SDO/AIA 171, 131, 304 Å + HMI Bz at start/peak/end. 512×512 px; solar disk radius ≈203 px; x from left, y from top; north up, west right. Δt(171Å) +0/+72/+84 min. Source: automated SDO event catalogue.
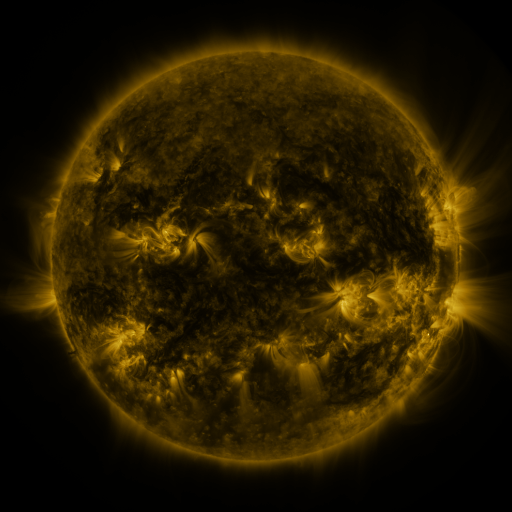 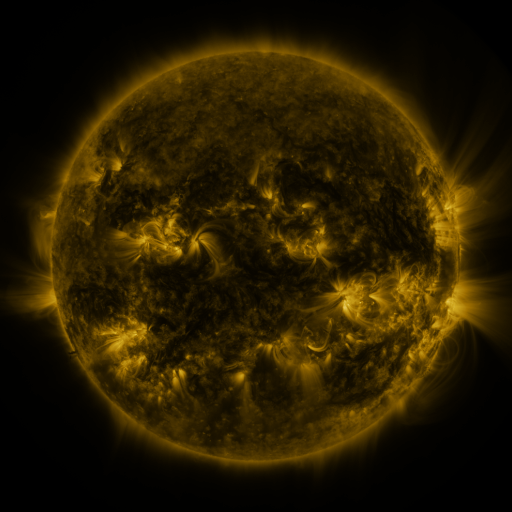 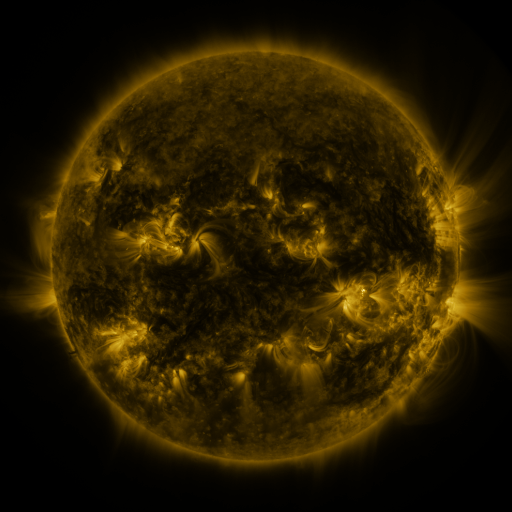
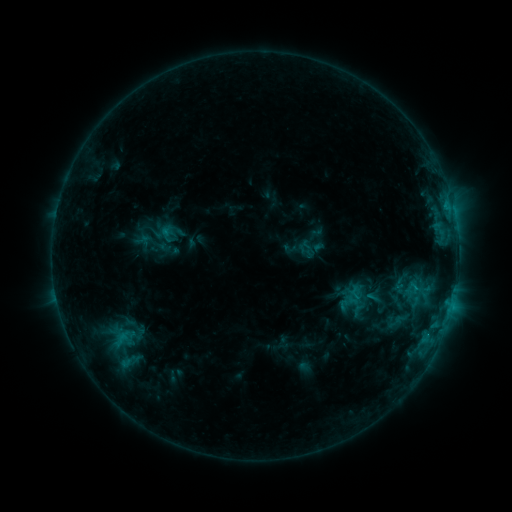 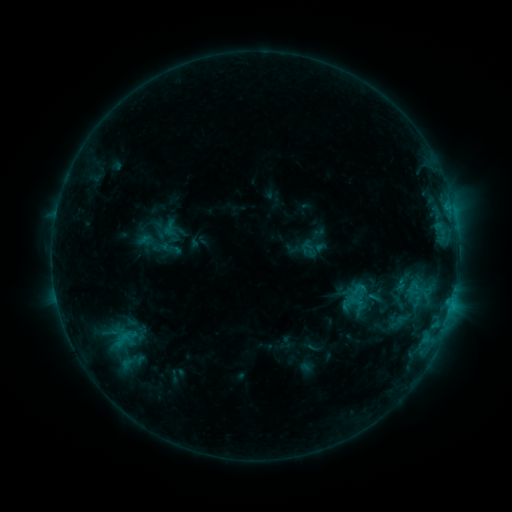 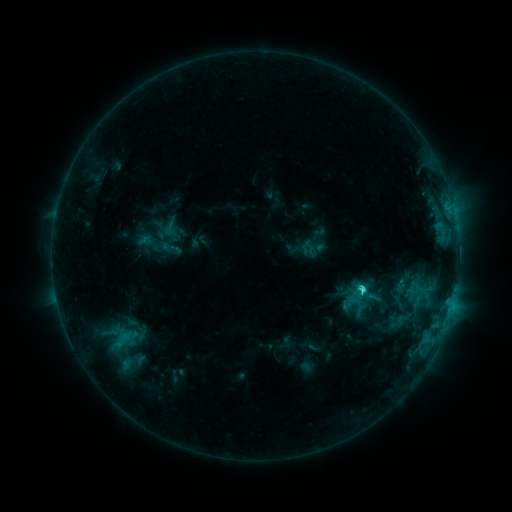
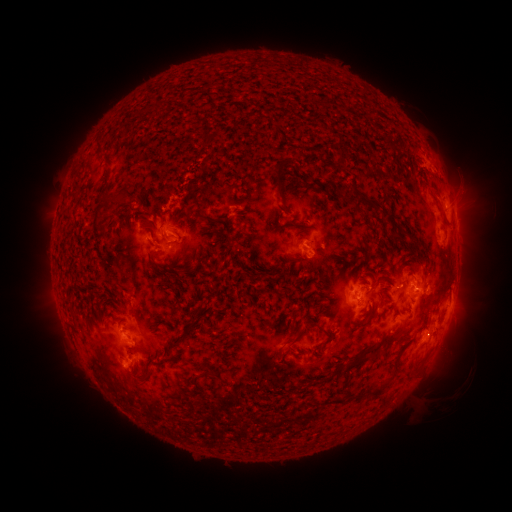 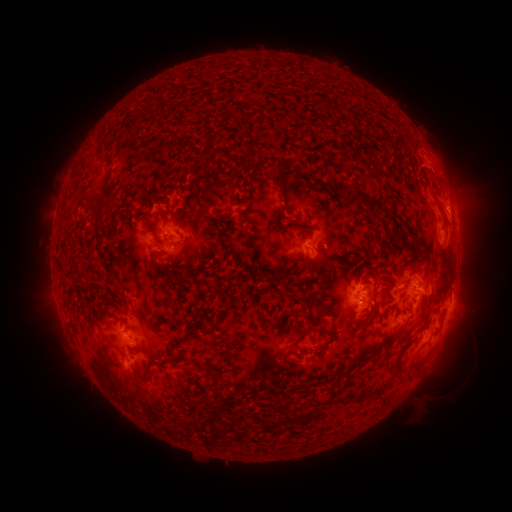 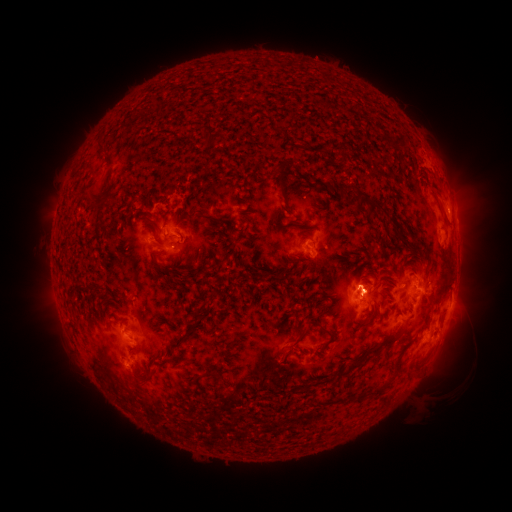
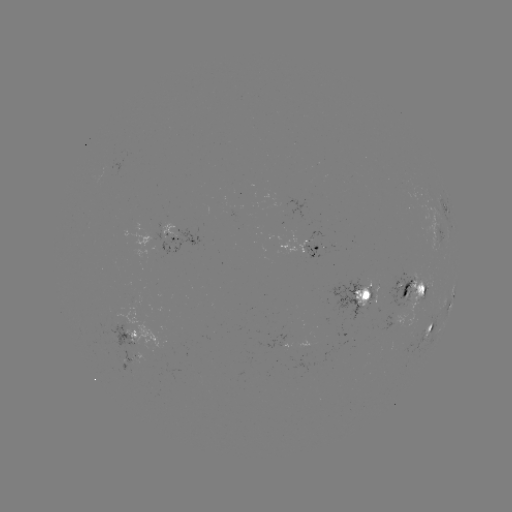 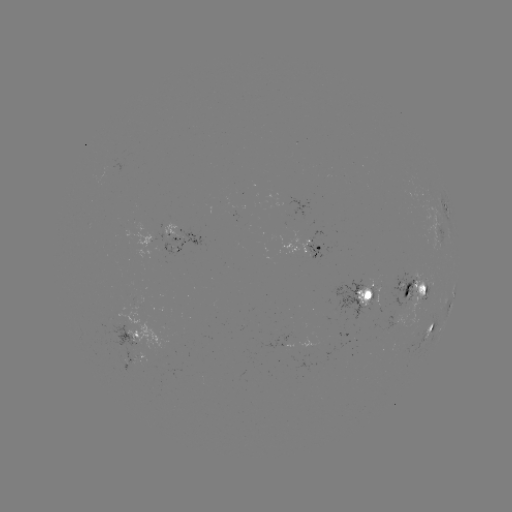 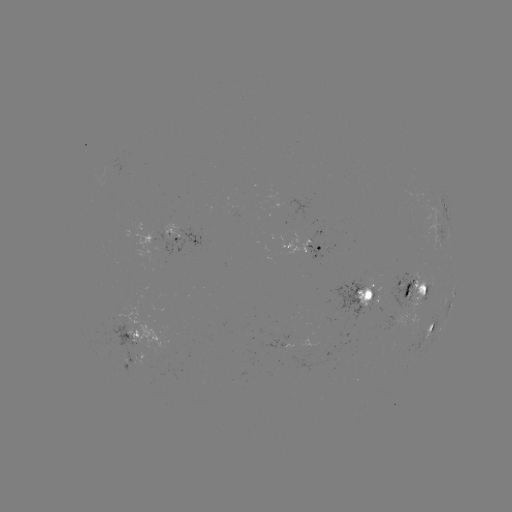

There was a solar emerging-flux region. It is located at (365, 294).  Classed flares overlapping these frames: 1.